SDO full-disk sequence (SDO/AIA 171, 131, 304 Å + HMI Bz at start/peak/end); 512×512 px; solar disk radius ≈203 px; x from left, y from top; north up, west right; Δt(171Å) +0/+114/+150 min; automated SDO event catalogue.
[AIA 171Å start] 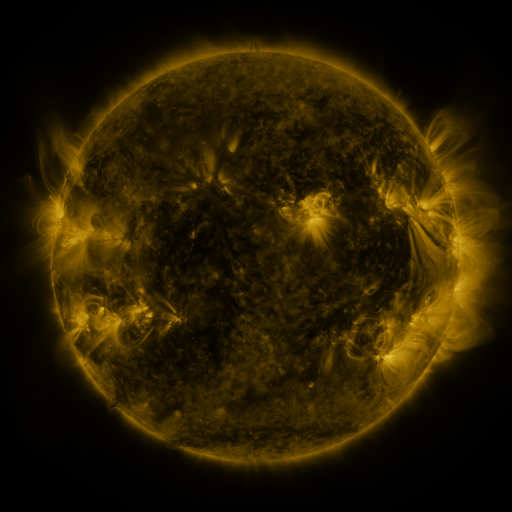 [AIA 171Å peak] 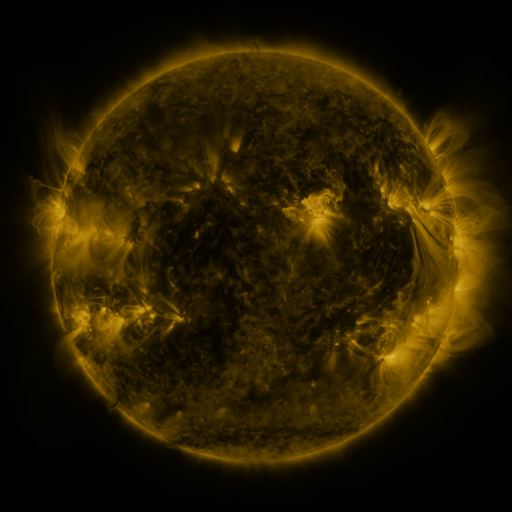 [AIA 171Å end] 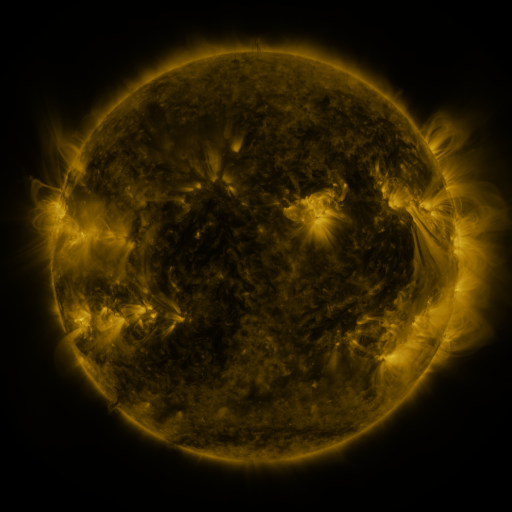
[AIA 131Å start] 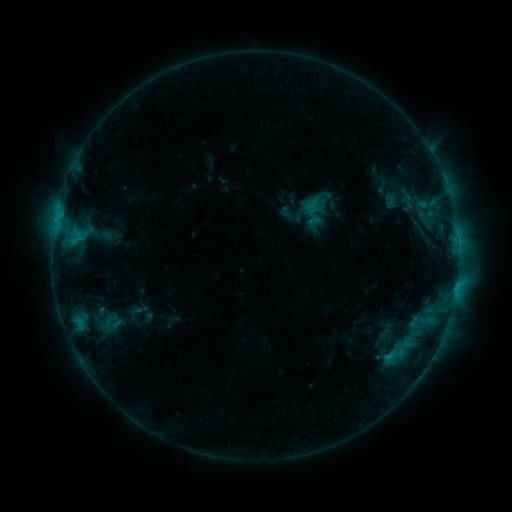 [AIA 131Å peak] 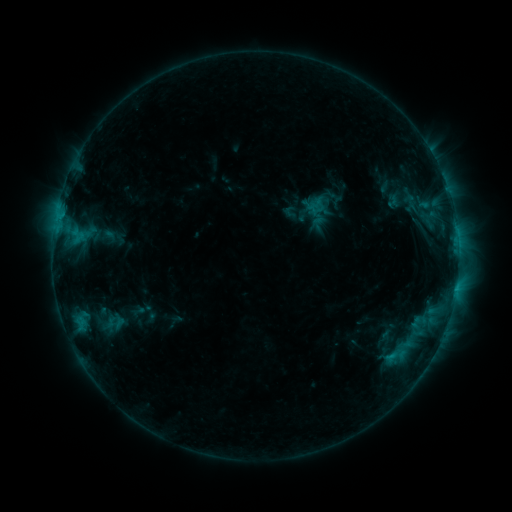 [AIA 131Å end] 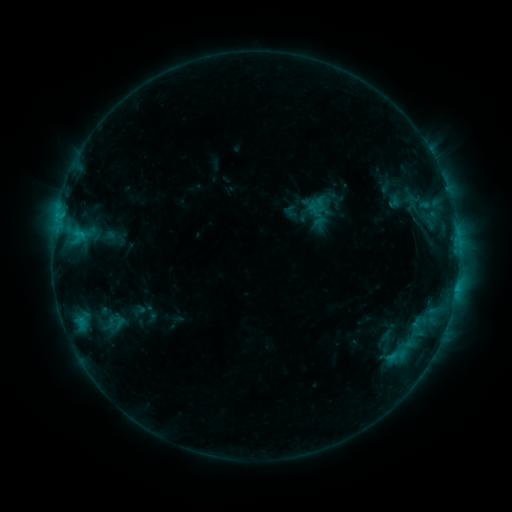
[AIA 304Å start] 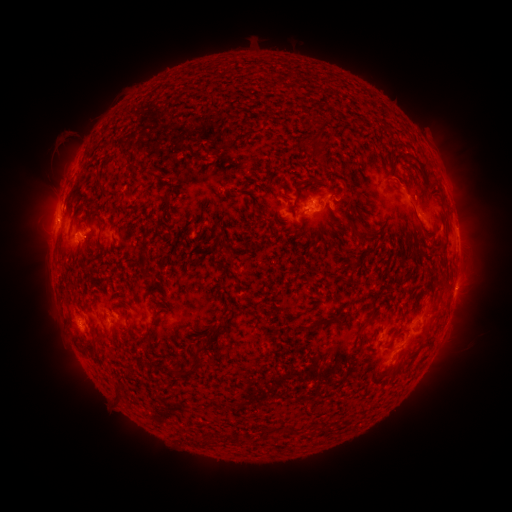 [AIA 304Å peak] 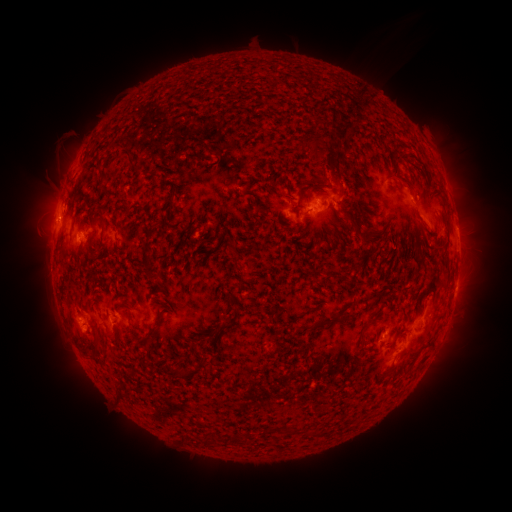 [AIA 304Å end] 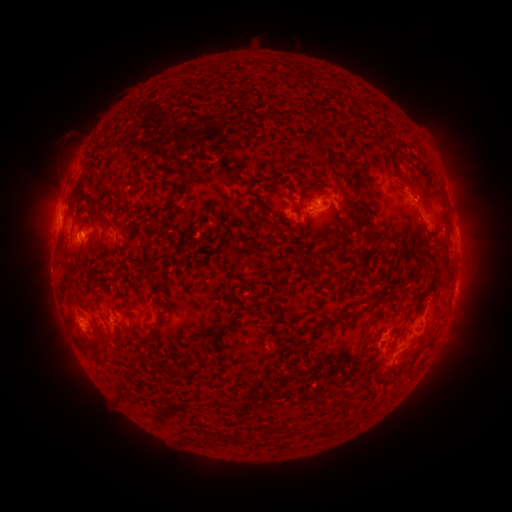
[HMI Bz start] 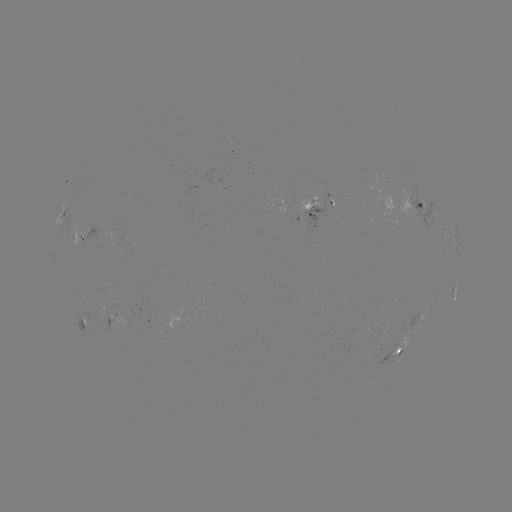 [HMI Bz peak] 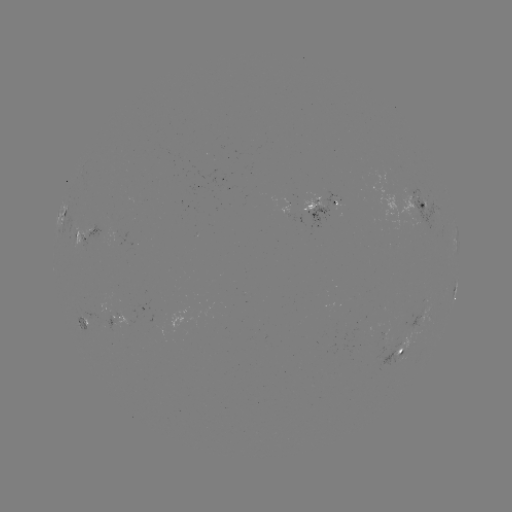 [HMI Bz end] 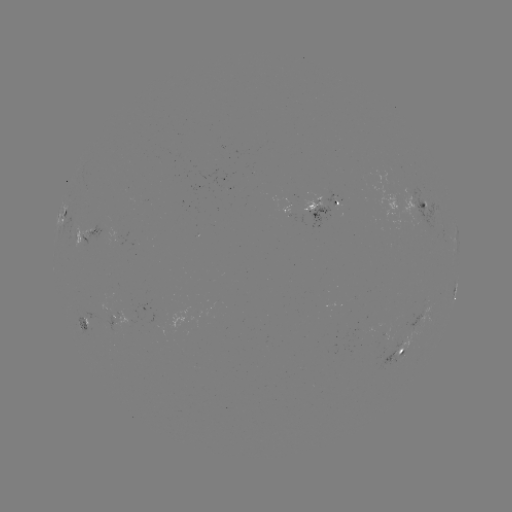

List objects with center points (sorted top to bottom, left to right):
emerging-flux region: (99, 308)
